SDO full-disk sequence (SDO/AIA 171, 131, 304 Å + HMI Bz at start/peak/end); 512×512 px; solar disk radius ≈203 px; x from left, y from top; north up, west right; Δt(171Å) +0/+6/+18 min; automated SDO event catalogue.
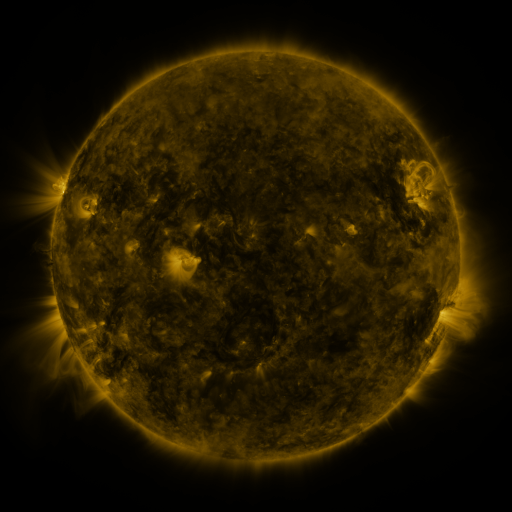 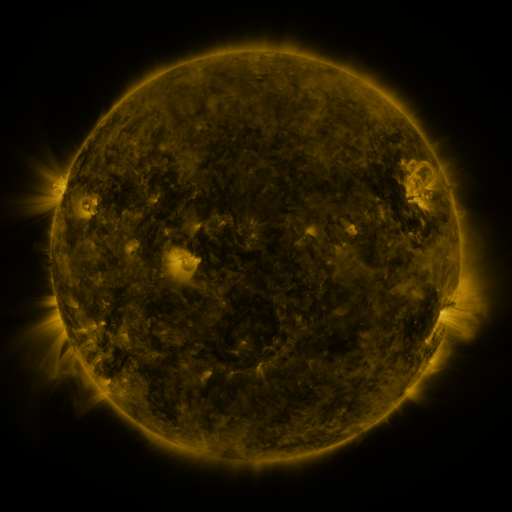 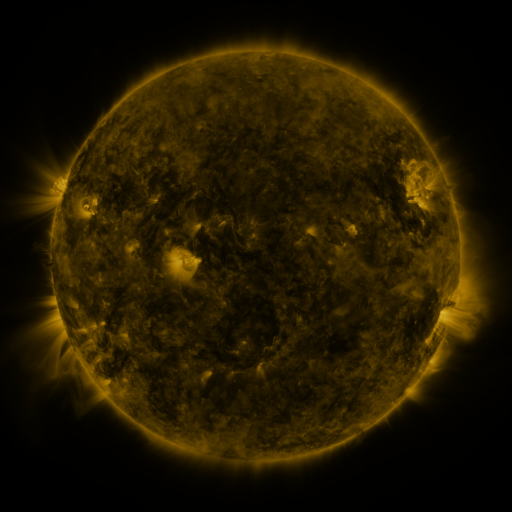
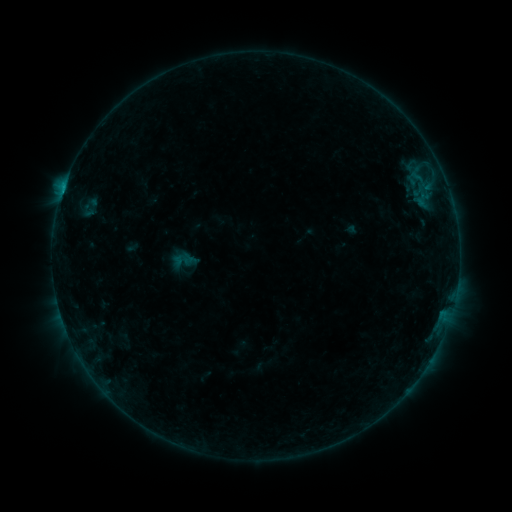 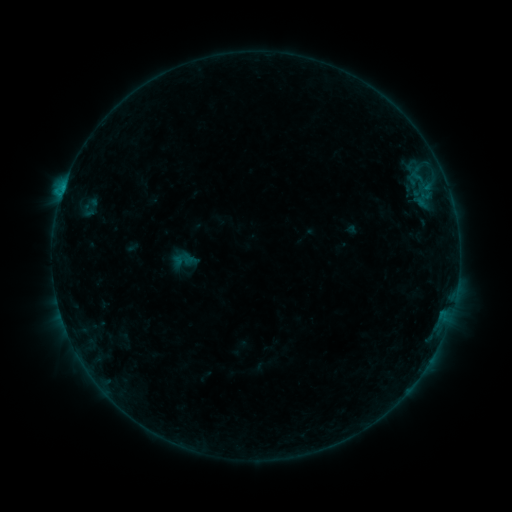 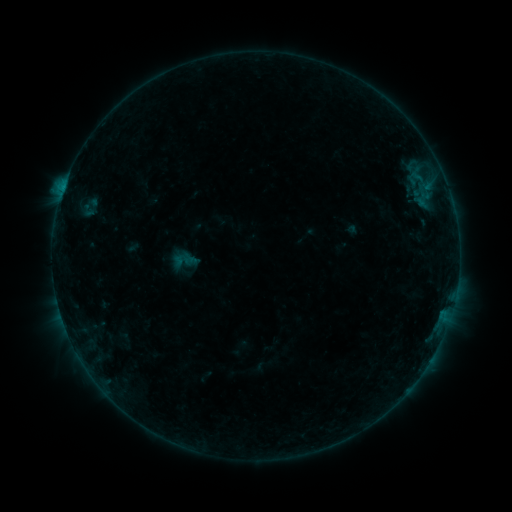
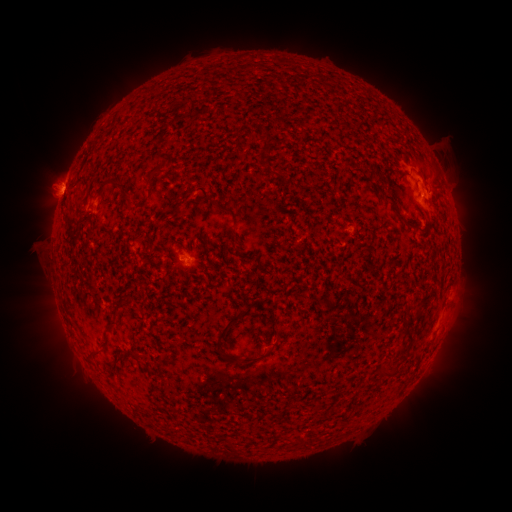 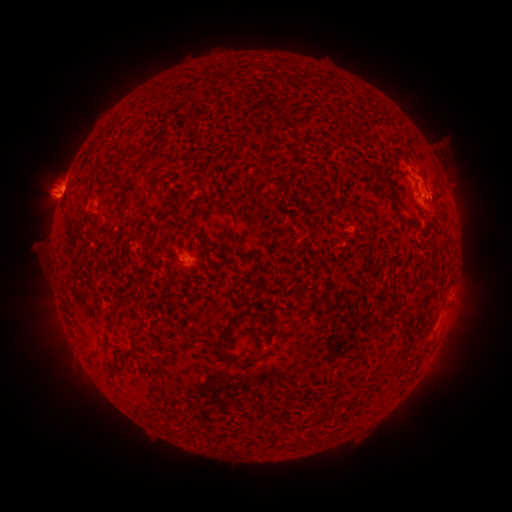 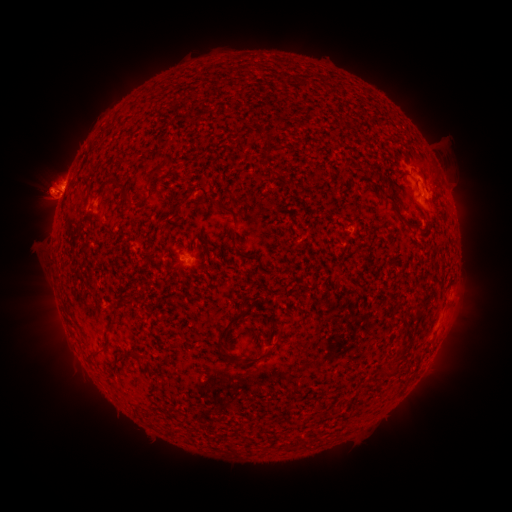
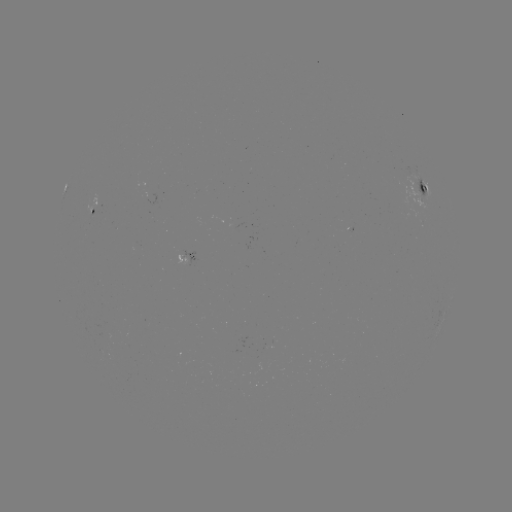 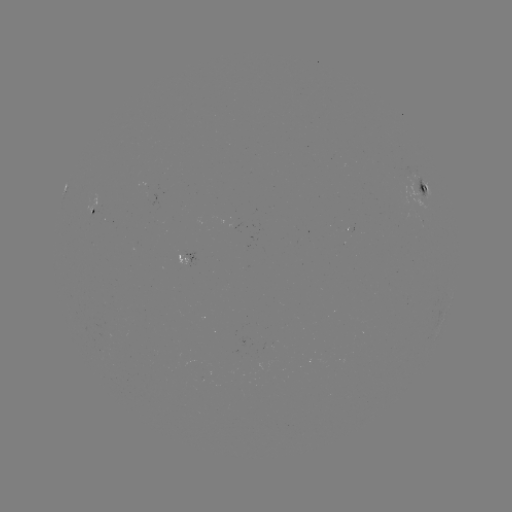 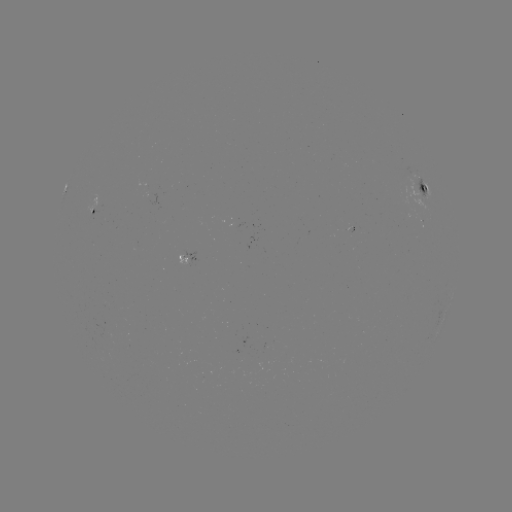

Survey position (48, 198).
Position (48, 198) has eruption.